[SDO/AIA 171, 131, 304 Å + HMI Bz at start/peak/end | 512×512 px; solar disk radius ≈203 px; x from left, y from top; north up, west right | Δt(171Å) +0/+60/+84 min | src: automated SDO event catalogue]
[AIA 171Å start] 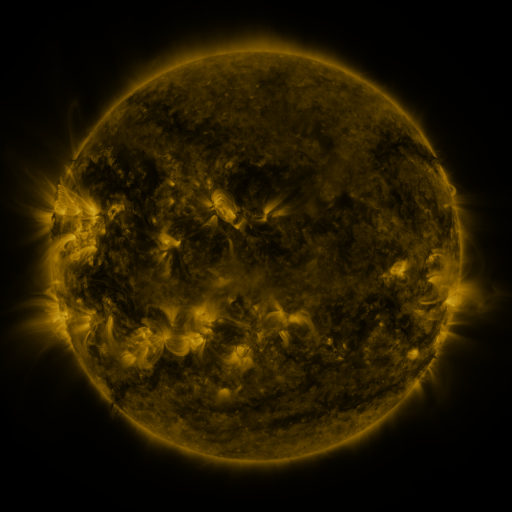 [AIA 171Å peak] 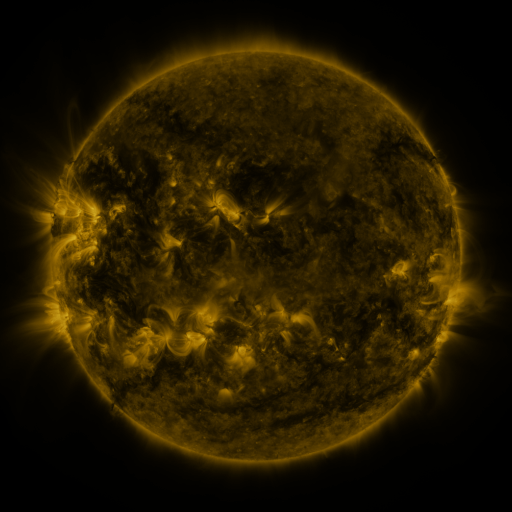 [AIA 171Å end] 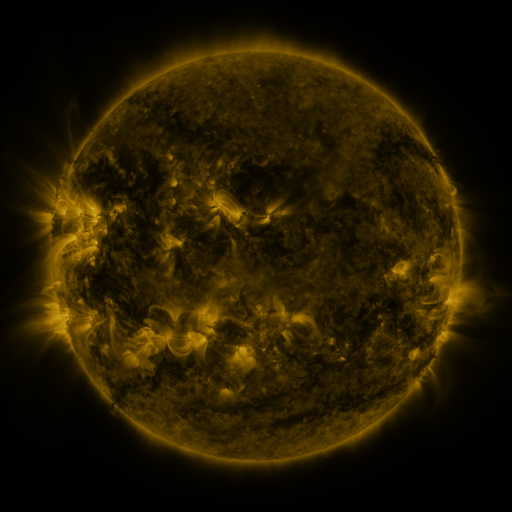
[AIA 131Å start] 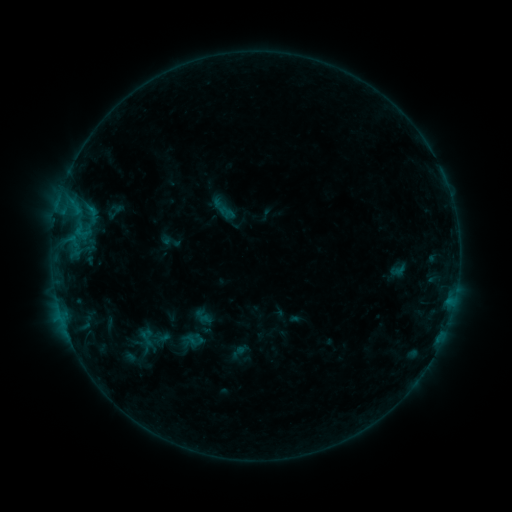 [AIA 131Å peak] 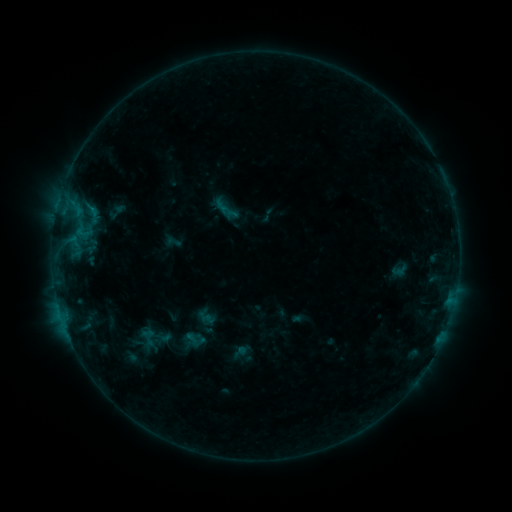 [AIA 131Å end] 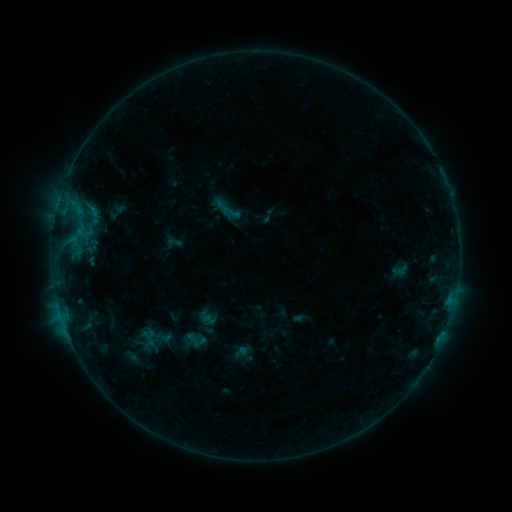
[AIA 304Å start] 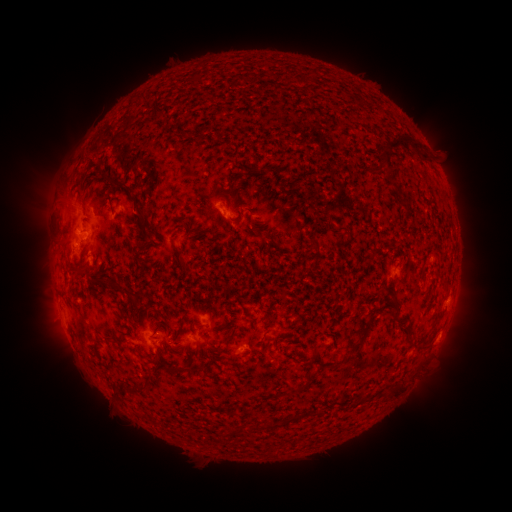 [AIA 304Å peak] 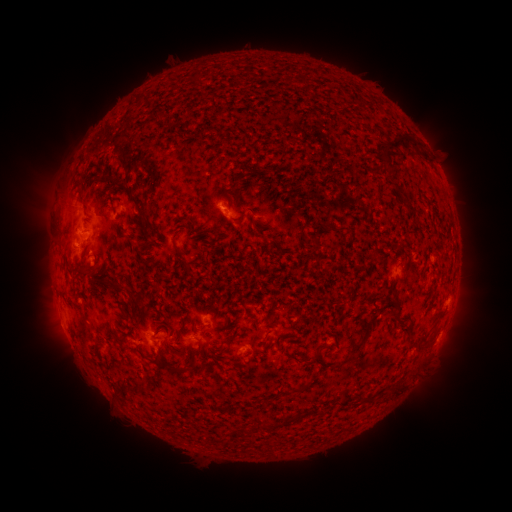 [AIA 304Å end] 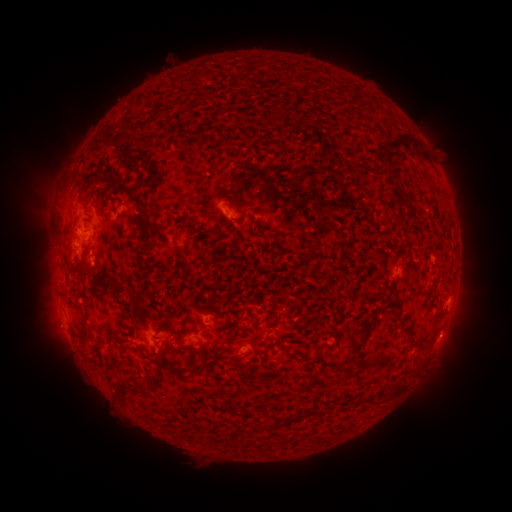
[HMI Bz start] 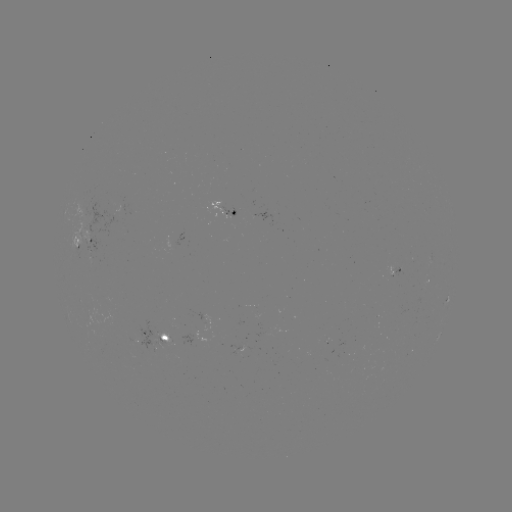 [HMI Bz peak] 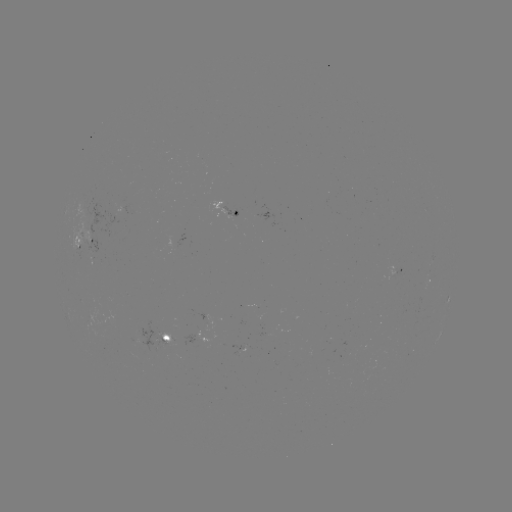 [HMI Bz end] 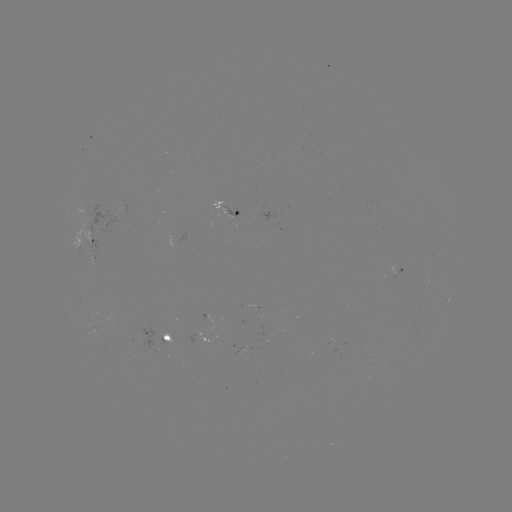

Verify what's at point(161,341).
emerging-flux region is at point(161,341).